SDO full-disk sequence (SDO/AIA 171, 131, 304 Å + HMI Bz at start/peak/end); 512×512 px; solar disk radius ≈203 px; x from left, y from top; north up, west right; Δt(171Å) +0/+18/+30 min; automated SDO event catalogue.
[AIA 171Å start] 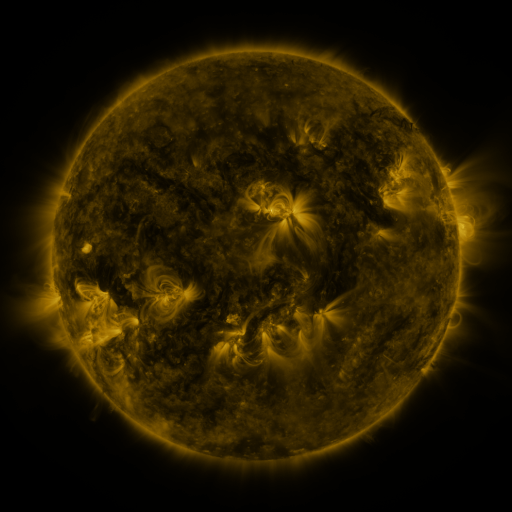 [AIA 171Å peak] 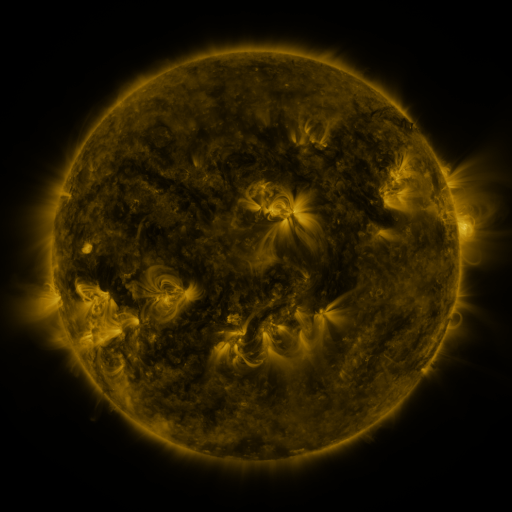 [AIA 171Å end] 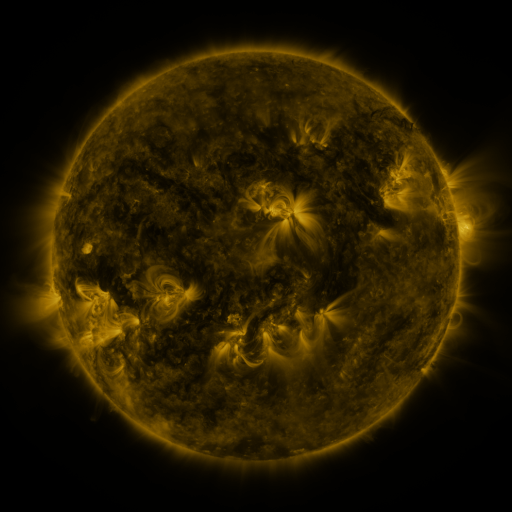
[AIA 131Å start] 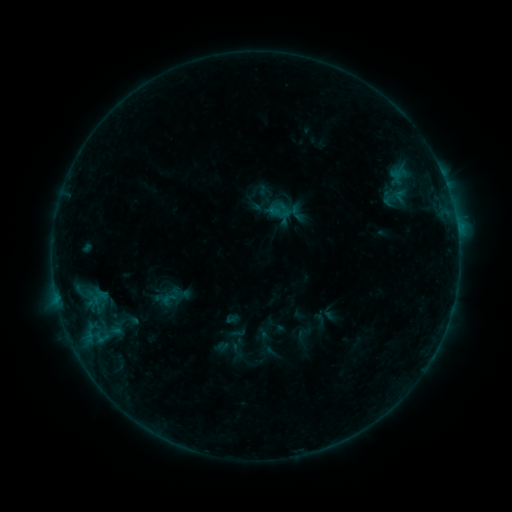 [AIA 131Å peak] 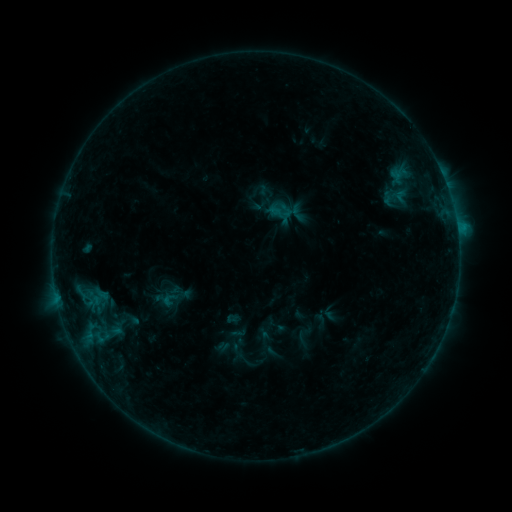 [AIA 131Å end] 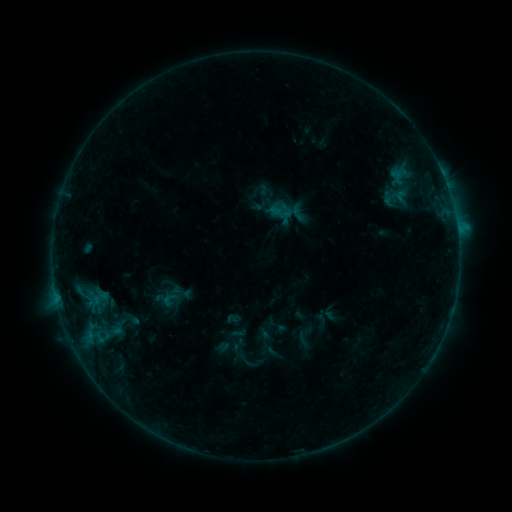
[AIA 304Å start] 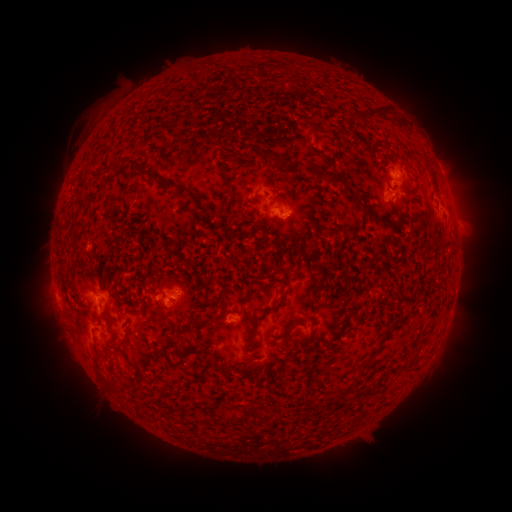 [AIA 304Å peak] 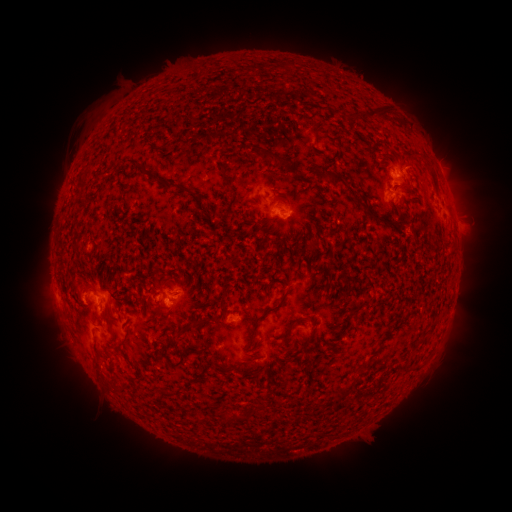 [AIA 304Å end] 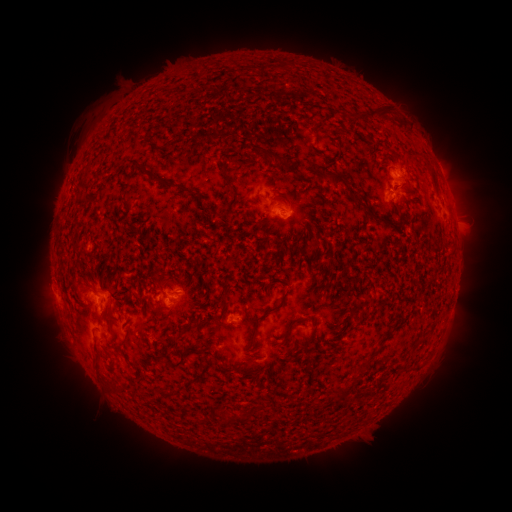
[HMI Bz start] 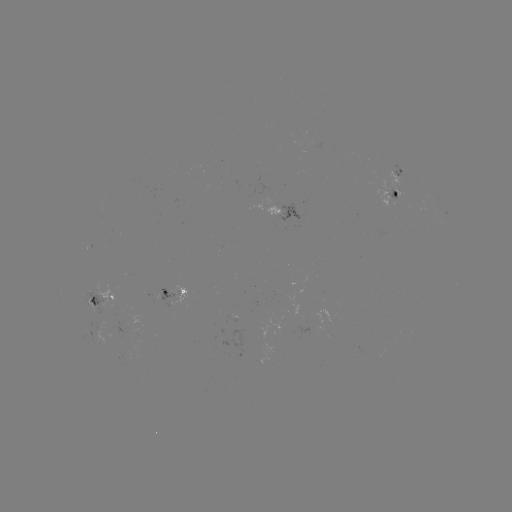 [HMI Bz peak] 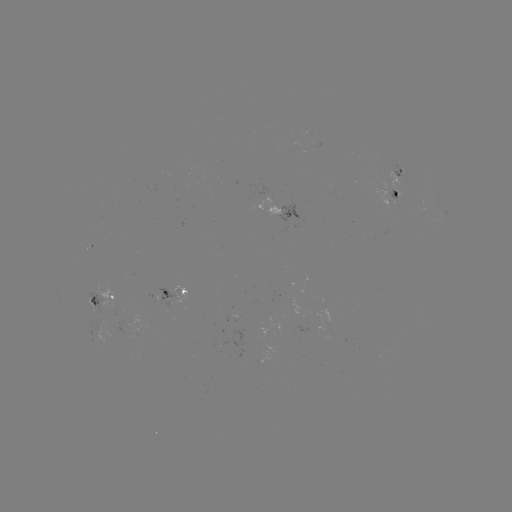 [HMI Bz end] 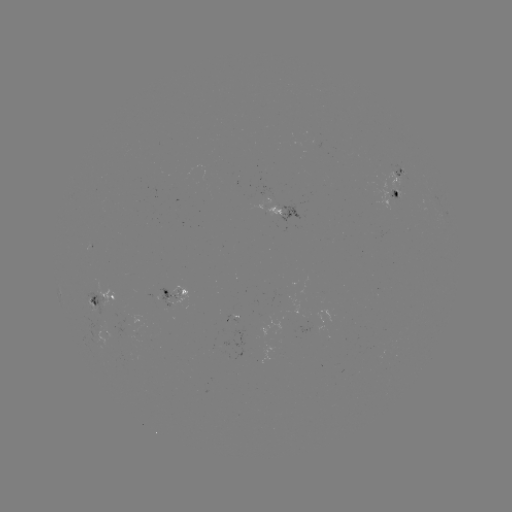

no catalogued flare and no flagged EUV brightening in this window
